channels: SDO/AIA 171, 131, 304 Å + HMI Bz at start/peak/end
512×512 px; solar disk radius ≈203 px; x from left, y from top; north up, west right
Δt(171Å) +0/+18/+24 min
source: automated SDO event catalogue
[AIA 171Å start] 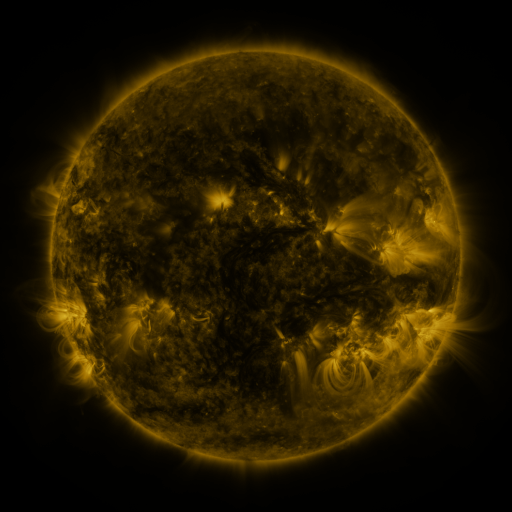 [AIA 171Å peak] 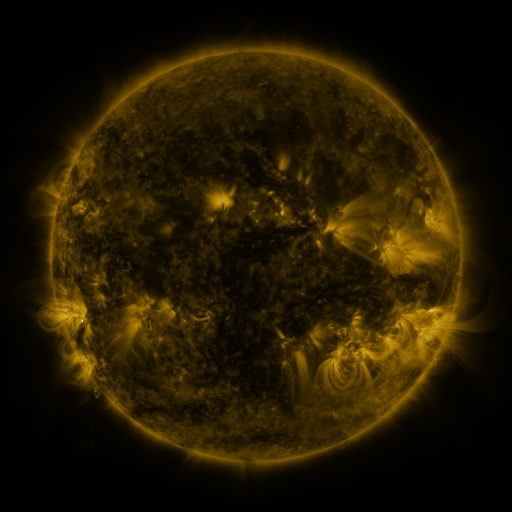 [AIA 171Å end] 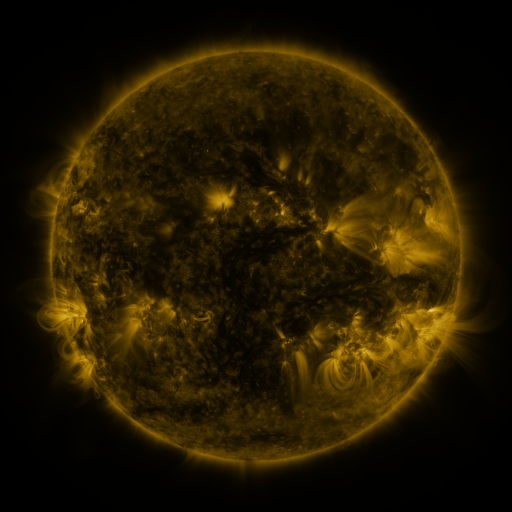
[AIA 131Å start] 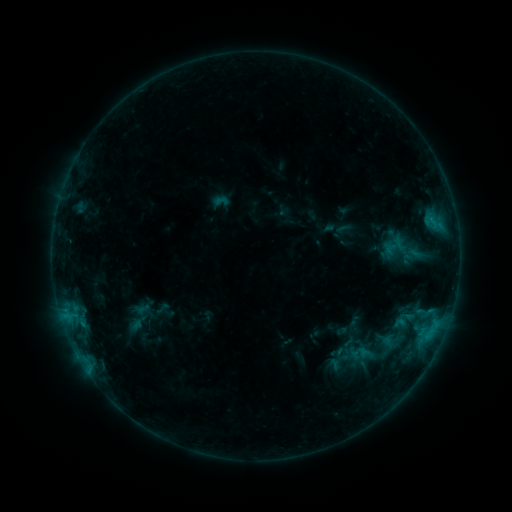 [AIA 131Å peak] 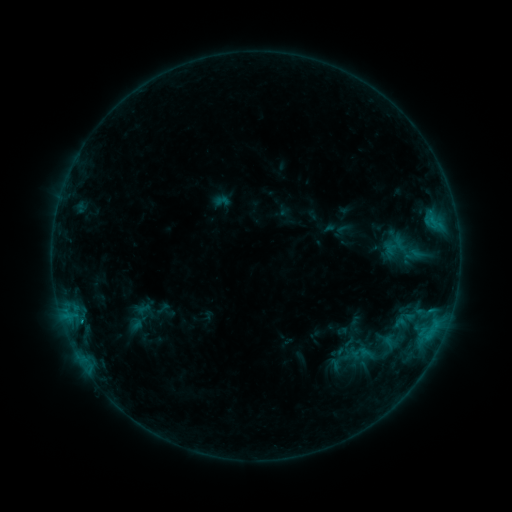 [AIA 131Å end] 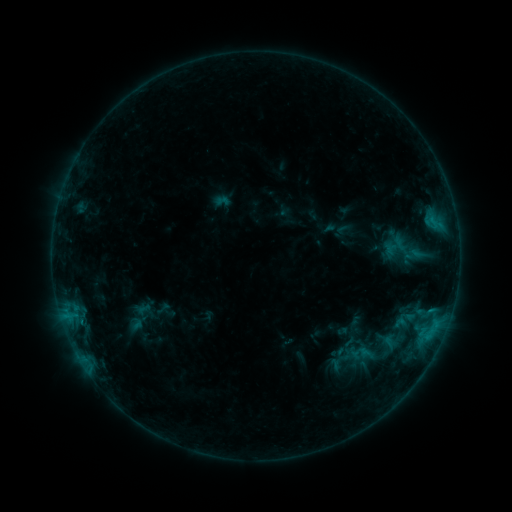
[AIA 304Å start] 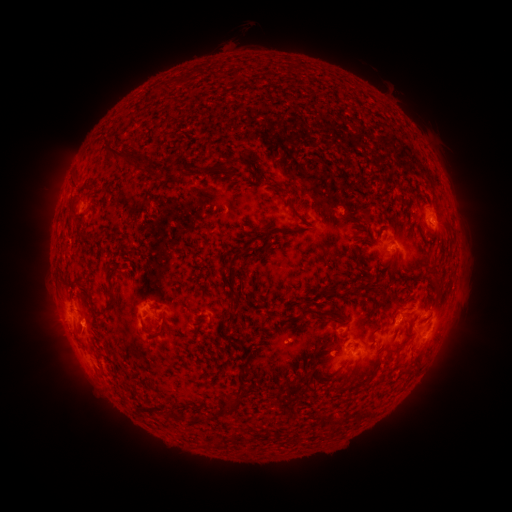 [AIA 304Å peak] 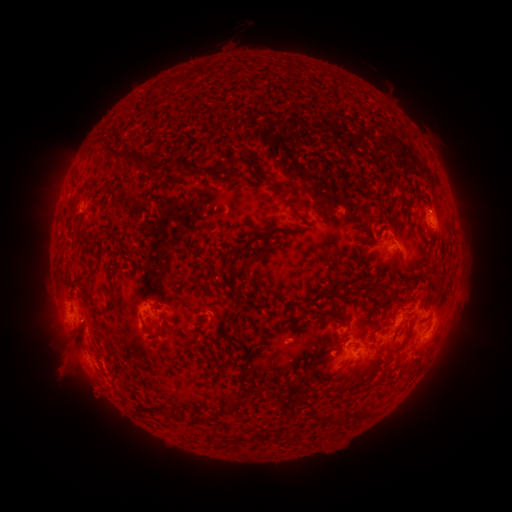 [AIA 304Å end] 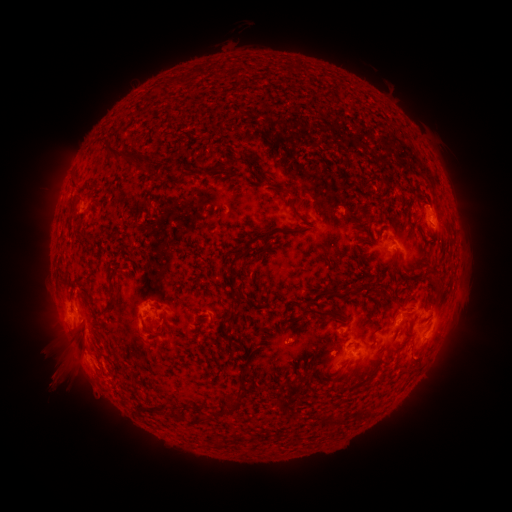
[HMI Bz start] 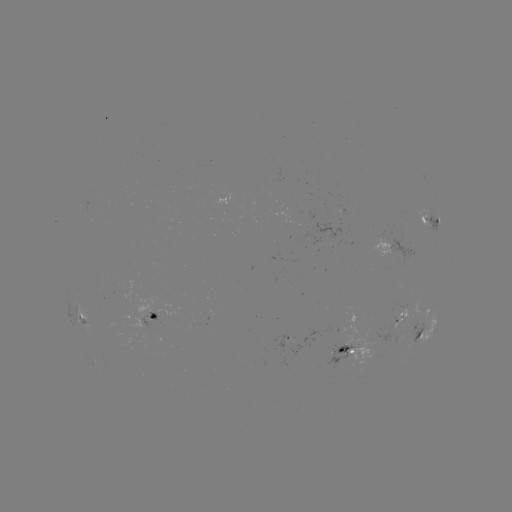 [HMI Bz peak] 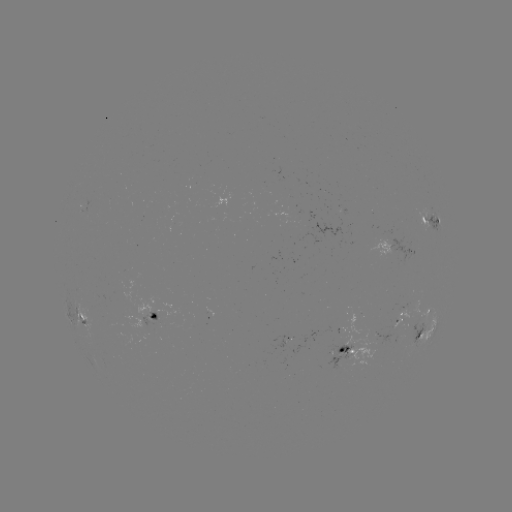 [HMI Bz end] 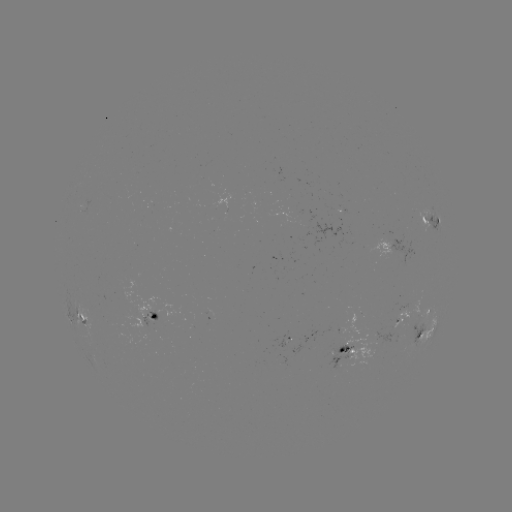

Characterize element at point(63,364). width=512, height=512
eruption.